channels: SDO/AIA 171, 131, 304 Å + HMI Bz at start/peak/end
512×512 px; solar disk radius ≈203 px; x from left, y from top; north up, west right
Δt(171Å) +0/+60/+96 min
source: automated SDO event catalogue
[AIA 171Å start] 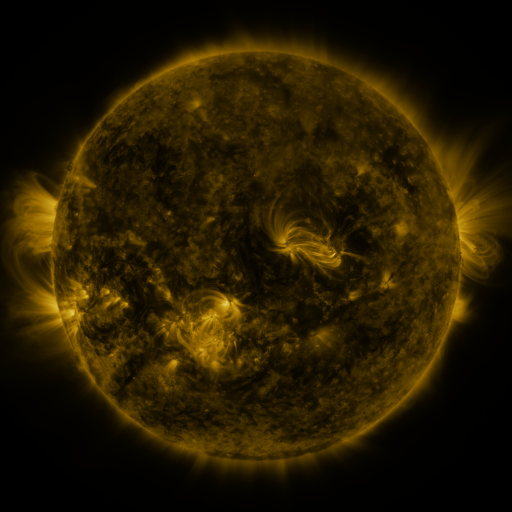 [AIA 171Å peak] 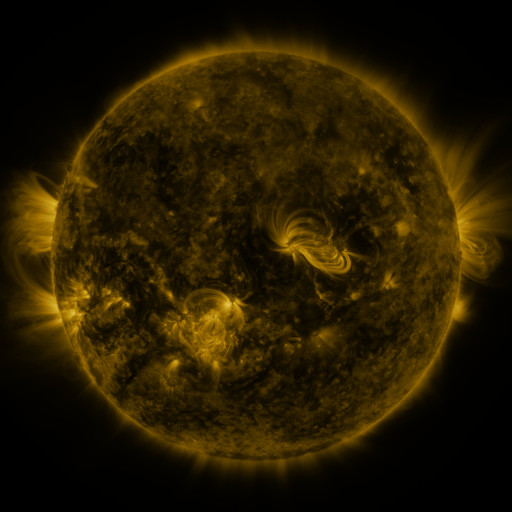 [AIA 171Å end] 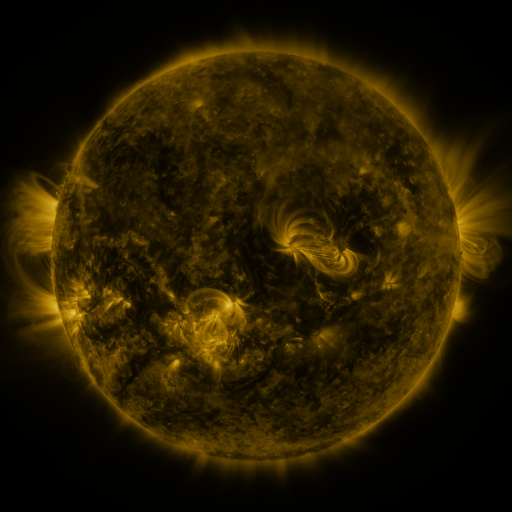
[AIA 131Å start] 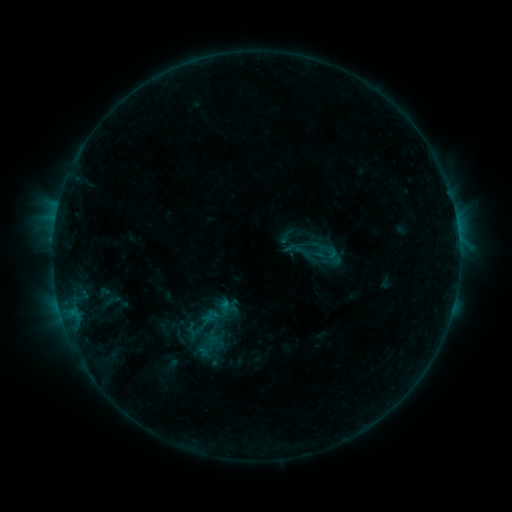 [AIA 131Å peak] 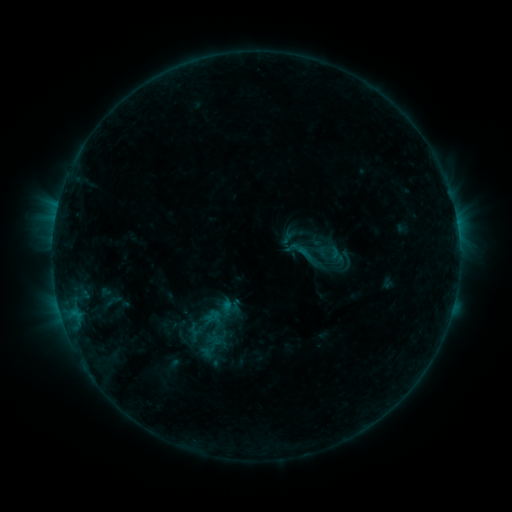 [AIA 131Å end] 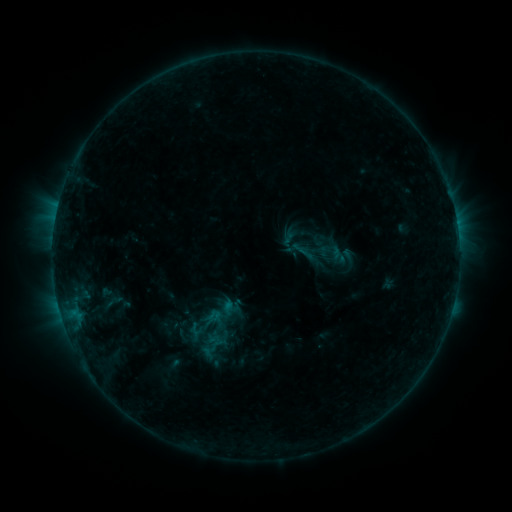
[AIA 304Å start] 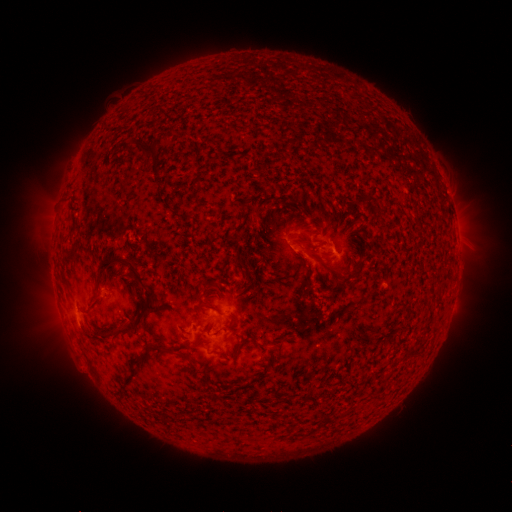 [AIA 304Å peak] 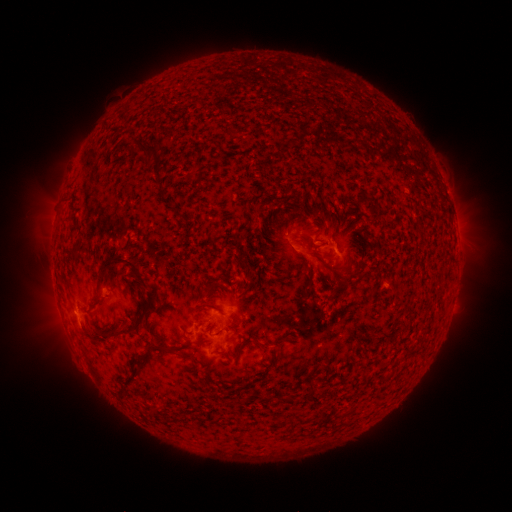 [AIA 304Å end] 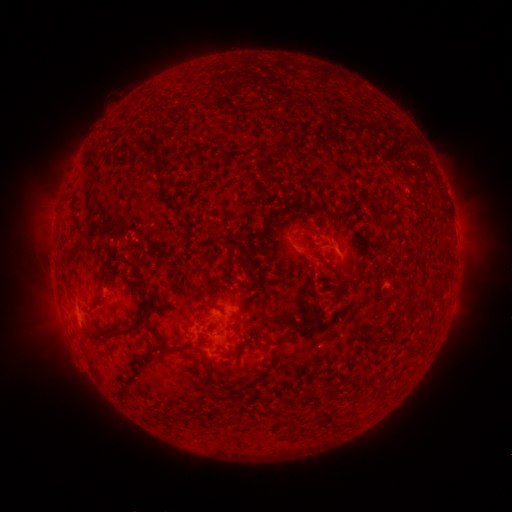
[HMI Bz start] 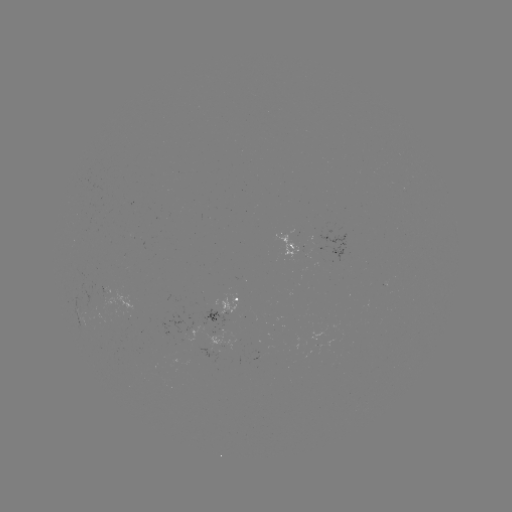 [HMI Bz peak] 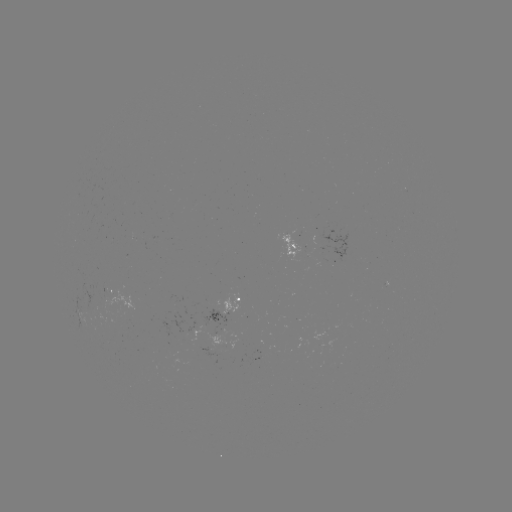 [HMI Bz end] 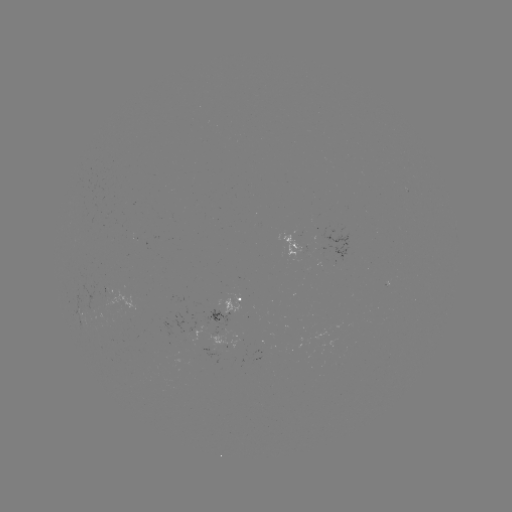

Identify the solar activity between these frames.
emerging-flux region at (222, 343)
